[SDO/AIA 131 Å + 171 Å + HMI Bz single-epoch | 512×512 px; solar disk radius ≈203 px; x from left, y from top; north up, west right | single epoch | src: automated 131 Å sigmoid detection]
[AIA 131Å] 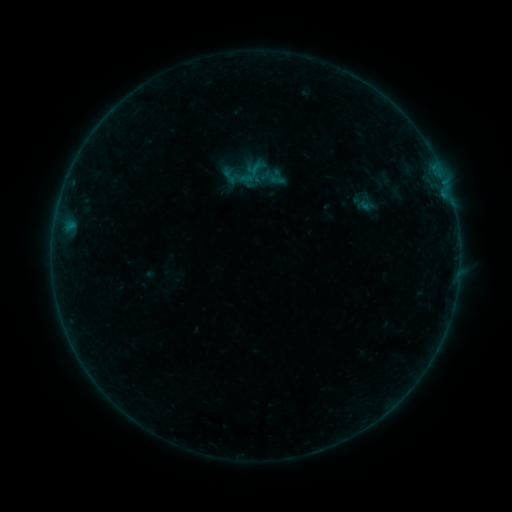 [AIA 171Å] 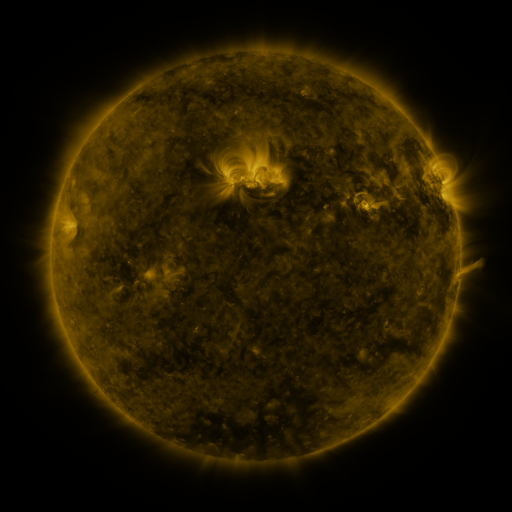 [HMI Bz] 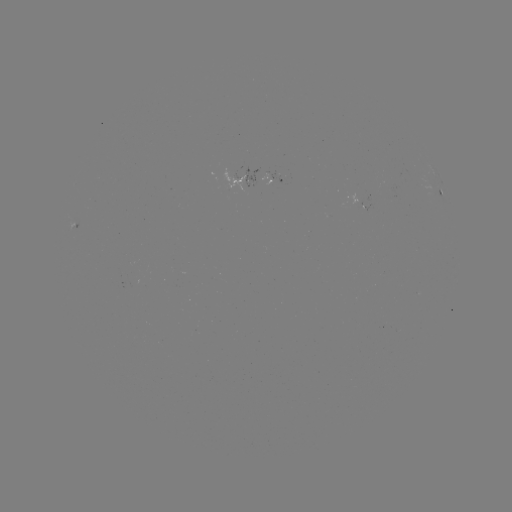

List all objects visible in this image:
sigmoid: (252, 172)
